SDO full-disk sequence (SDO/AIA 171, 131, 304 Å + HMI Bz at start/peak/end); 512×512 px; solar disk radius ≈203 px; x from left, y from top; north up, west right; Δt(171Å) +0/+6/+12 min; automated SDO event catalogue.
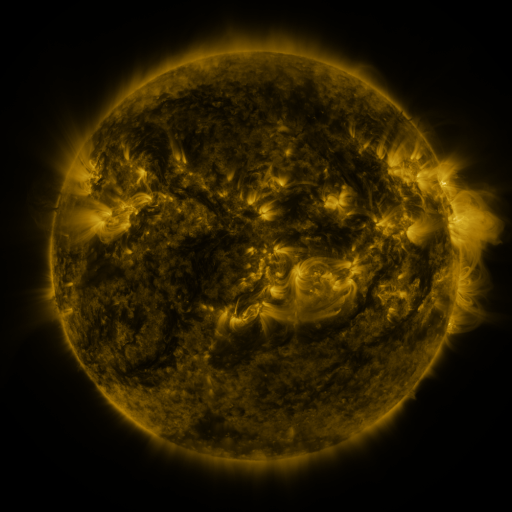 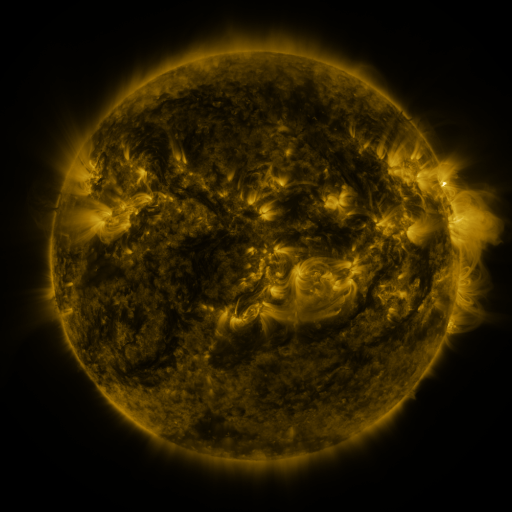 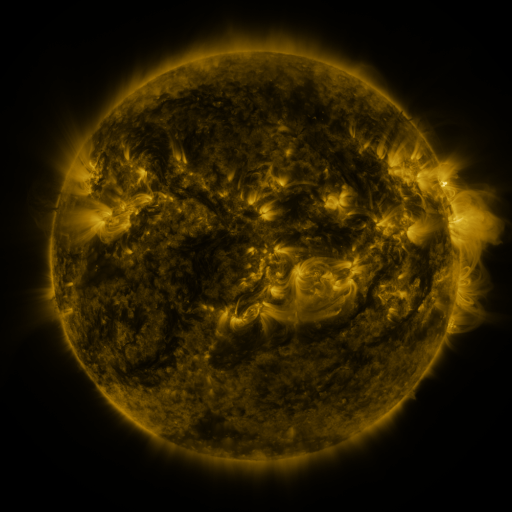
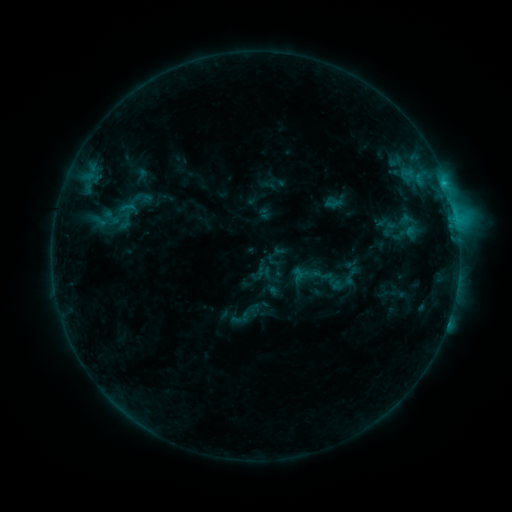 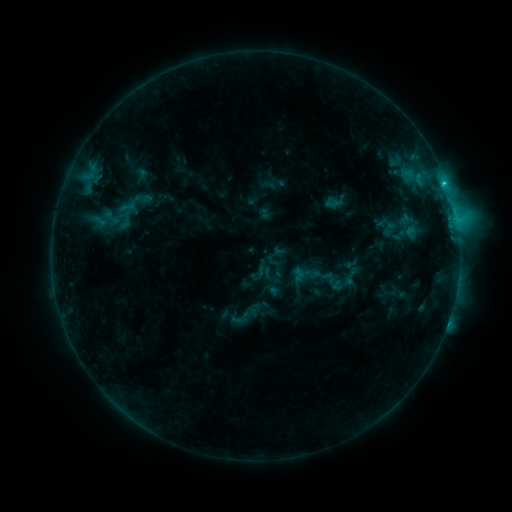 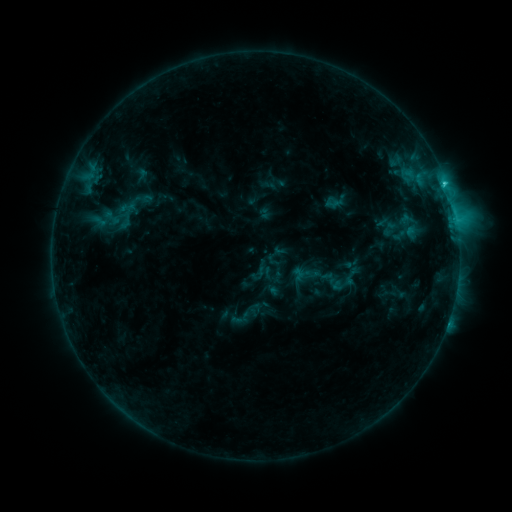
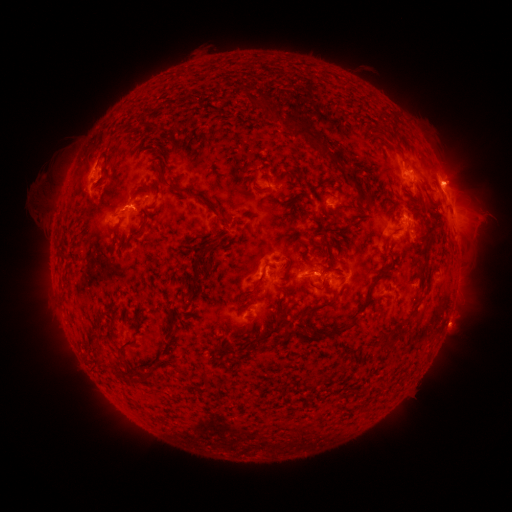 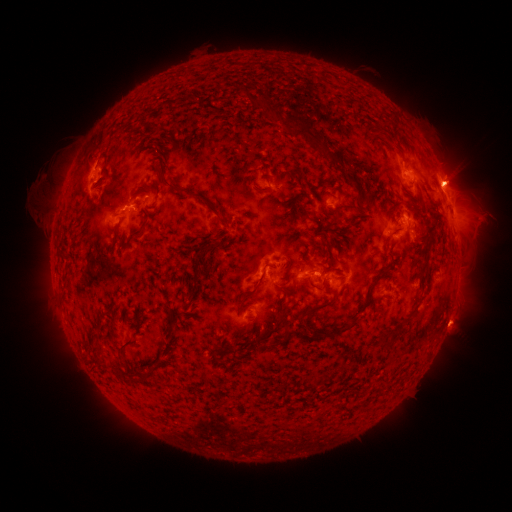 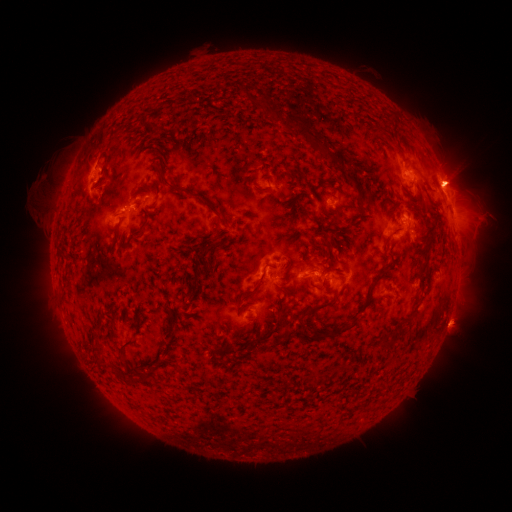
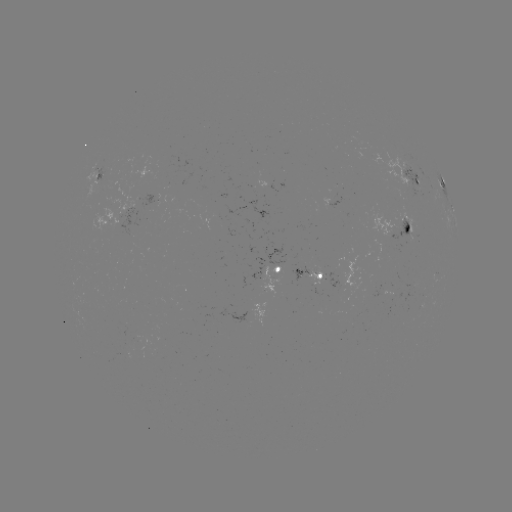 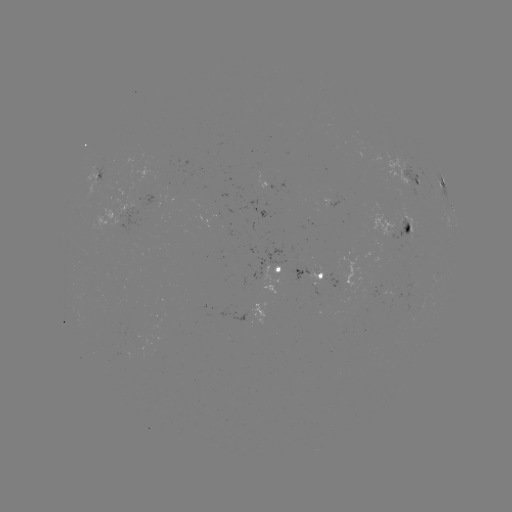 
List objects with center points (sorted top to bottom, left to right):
C2.6 flare: (444, 183)
